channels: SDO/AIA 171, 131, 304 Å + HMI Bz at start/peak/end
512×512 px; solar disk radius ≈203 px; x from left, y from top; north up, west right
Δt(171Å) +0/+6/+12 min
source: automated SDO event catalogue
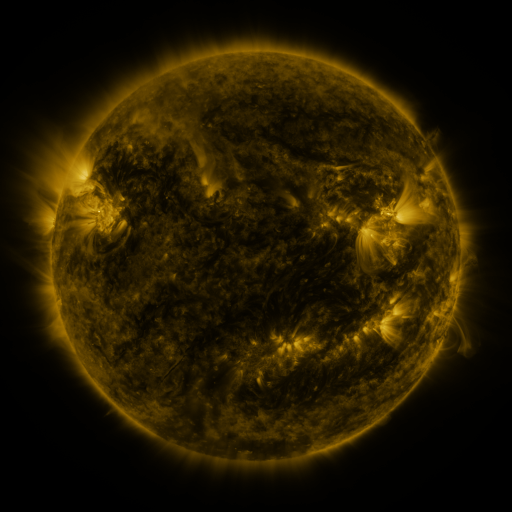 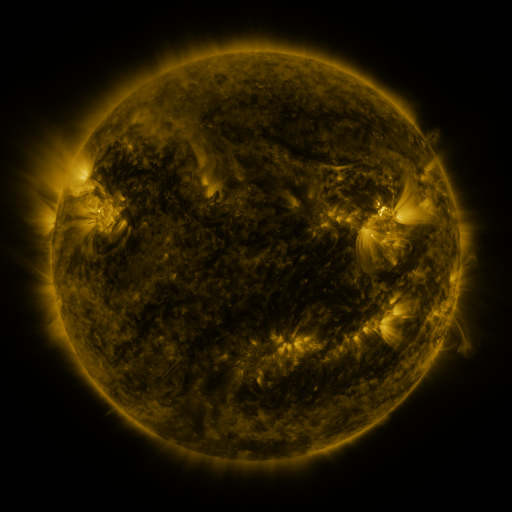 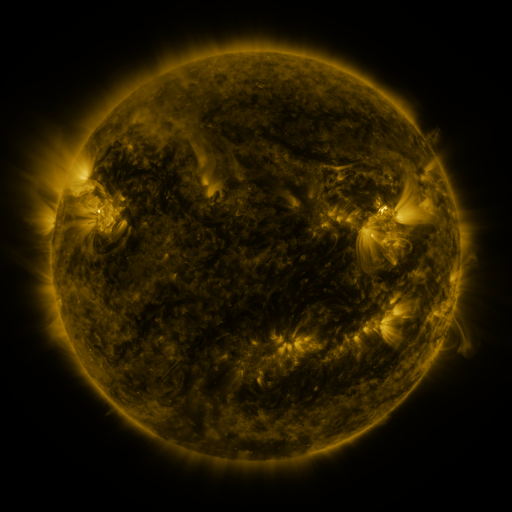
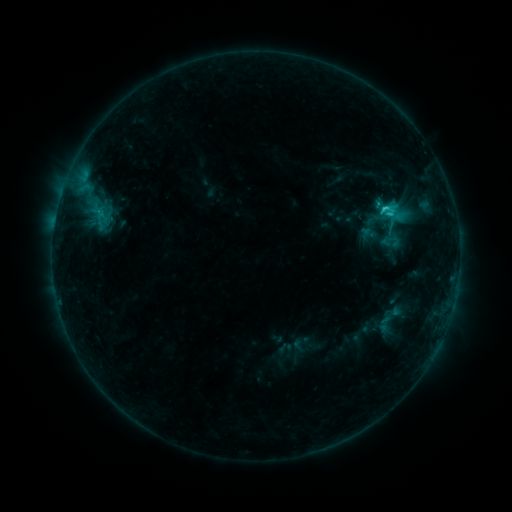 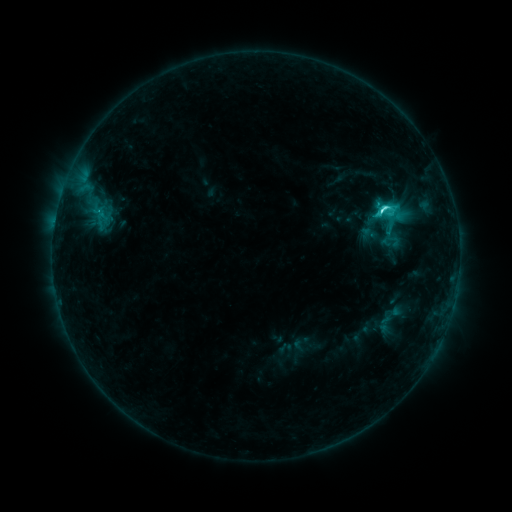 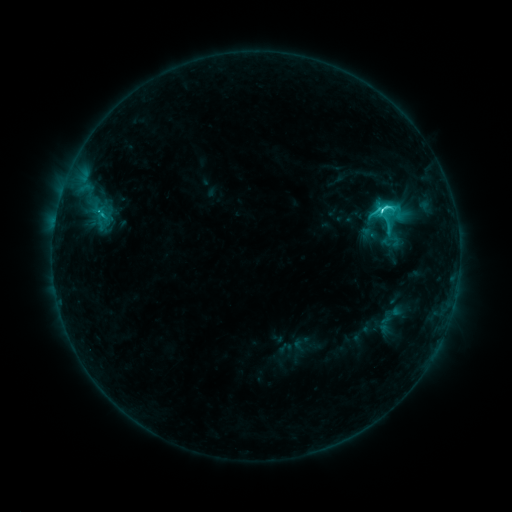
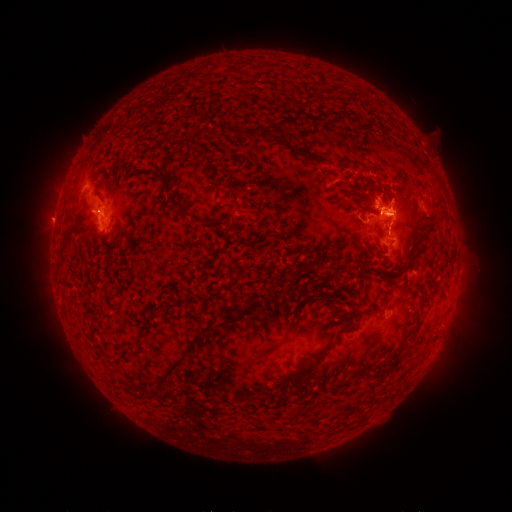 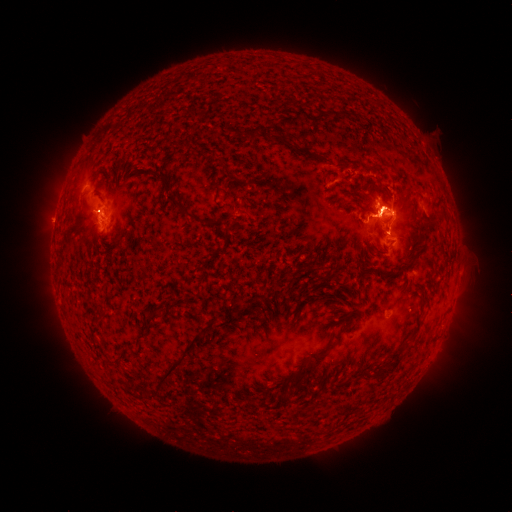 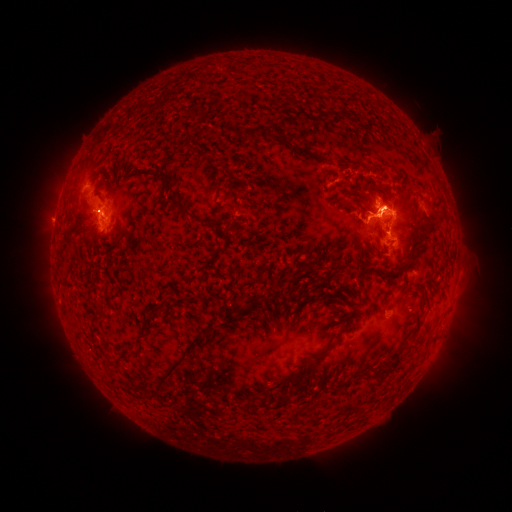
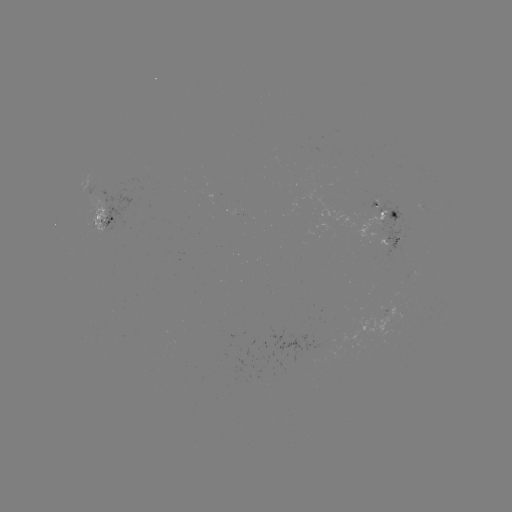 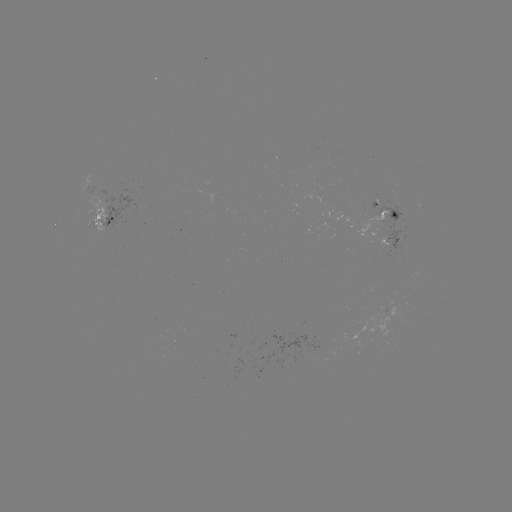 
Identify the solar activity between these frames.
eruption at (399, 207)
